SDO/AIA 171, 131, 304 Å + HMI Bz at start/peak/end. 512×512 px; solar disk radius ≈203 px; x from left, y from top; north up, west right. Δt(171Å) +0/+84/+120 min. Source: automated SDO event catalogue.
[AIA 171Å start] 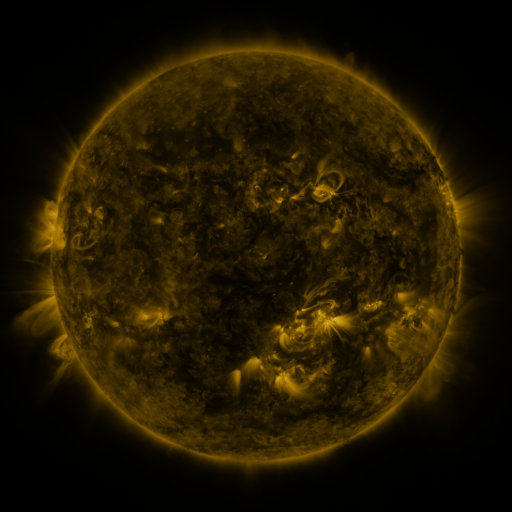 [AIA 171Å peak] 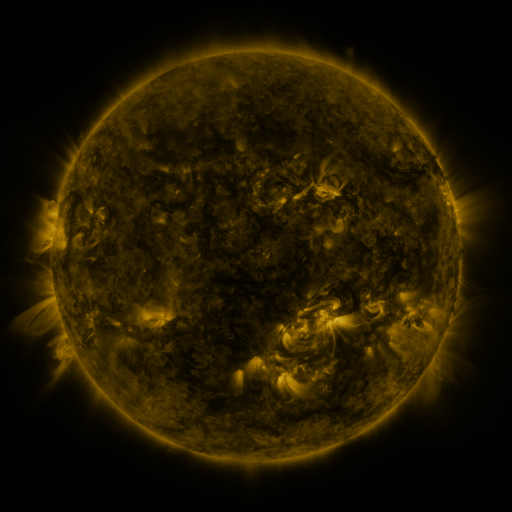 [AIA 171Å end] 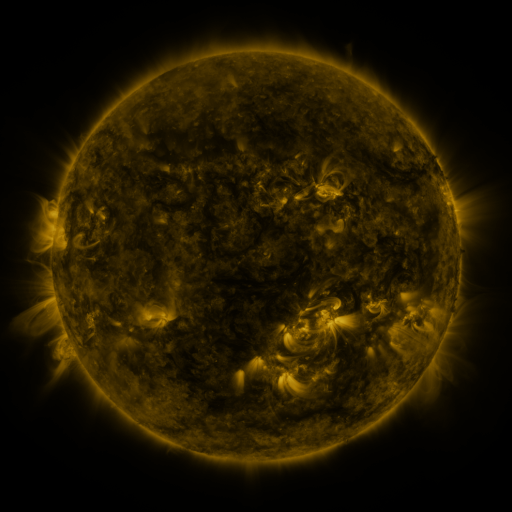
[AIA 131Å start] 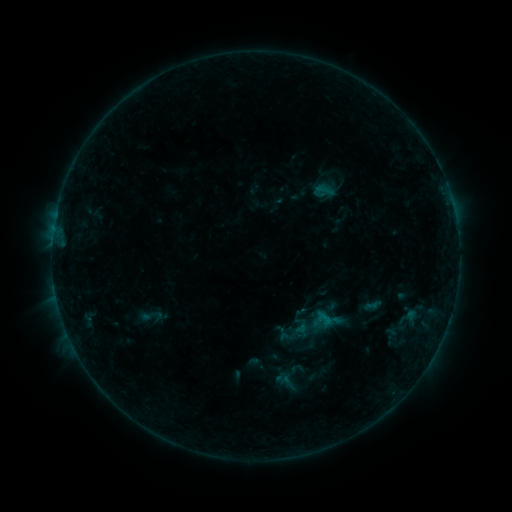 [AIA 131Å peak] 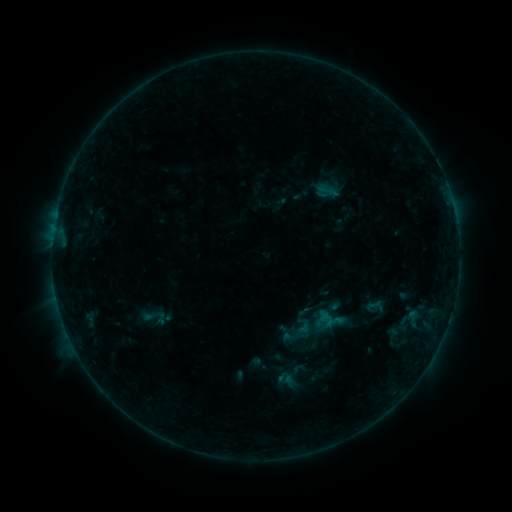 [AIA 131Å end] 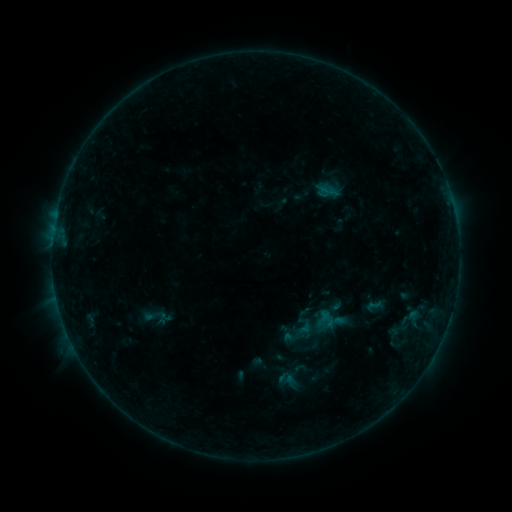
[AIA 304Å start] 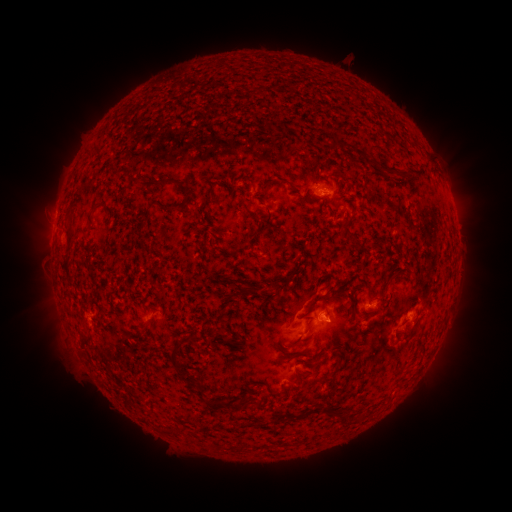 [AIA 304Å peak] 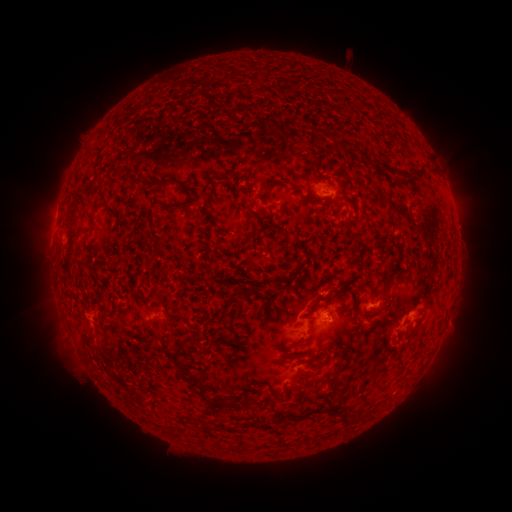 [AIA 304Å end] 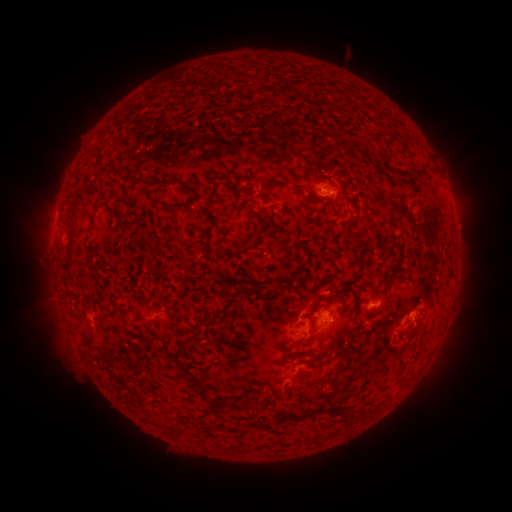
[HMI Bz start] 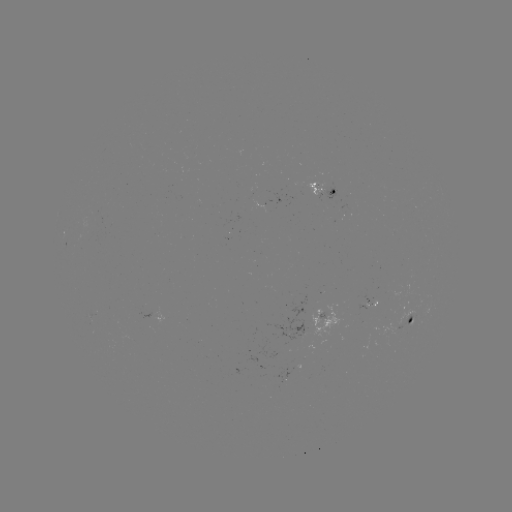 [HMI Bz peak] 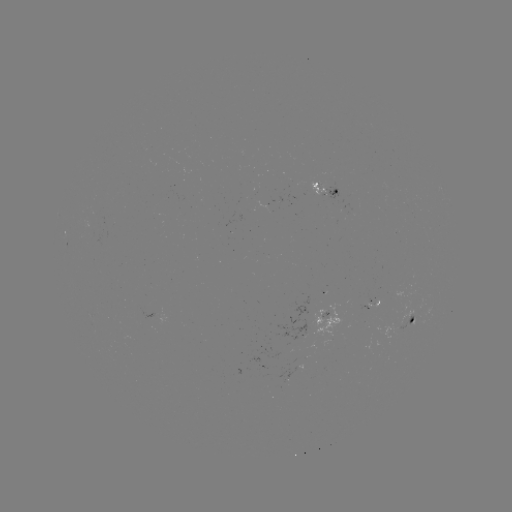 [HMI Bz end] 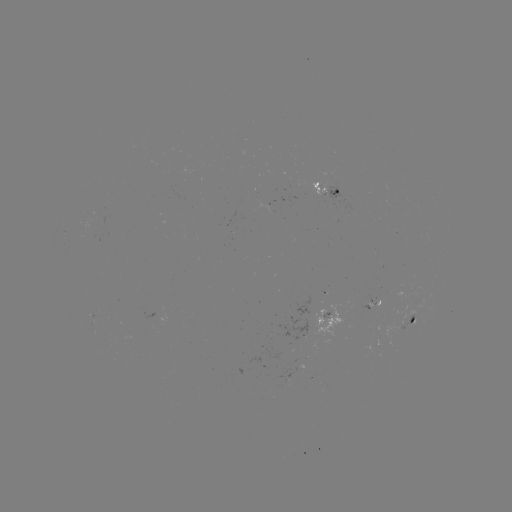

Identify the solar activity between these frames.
emerging-flux region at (330, 192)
